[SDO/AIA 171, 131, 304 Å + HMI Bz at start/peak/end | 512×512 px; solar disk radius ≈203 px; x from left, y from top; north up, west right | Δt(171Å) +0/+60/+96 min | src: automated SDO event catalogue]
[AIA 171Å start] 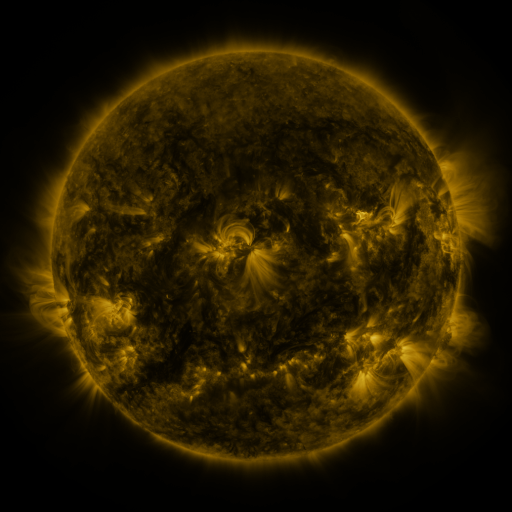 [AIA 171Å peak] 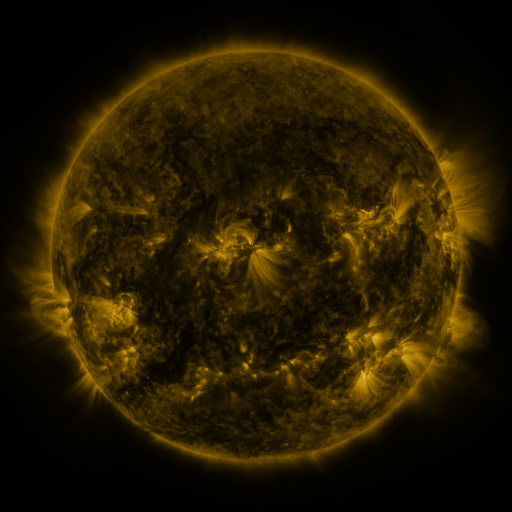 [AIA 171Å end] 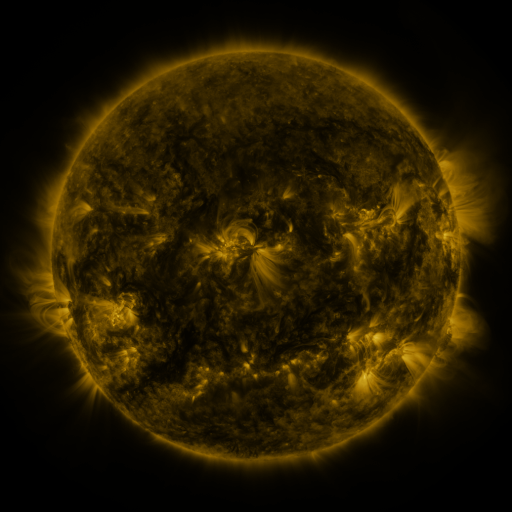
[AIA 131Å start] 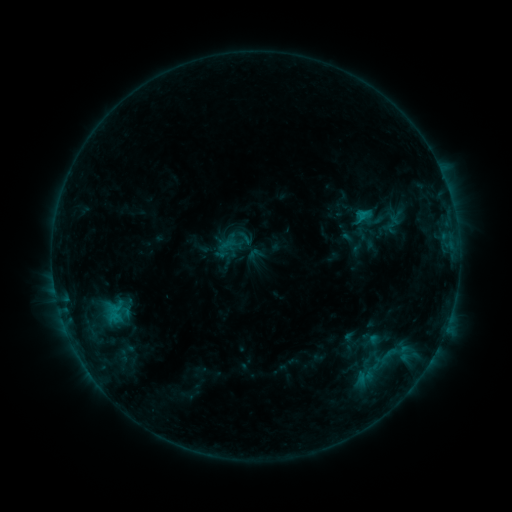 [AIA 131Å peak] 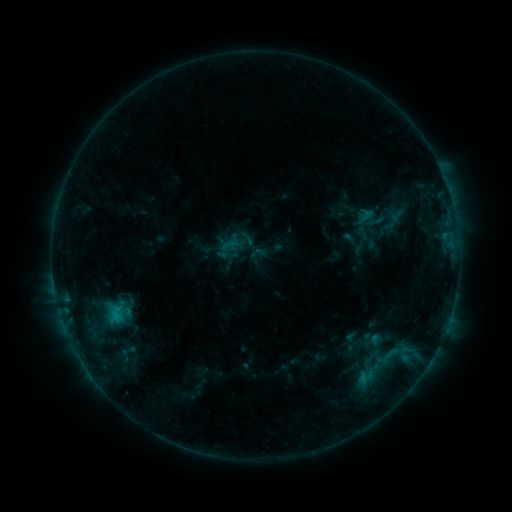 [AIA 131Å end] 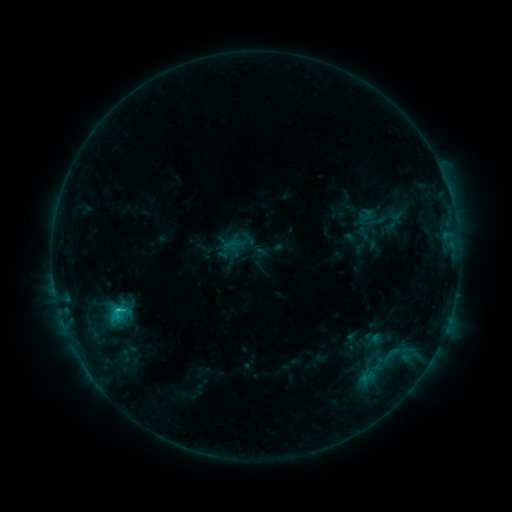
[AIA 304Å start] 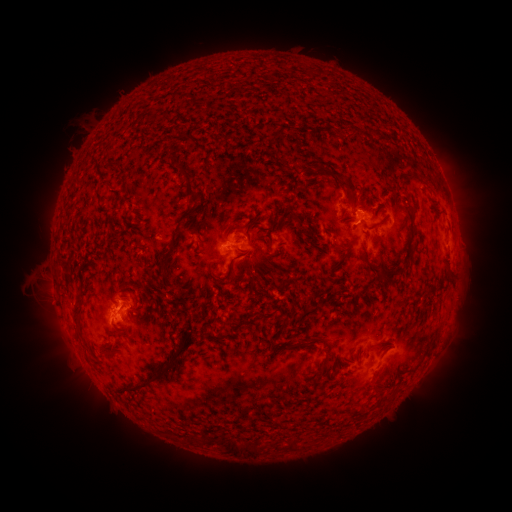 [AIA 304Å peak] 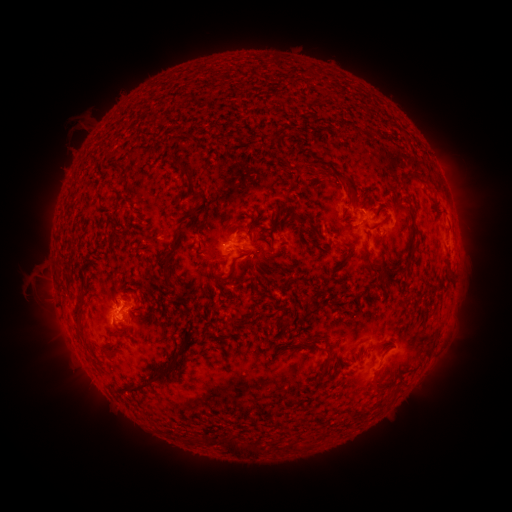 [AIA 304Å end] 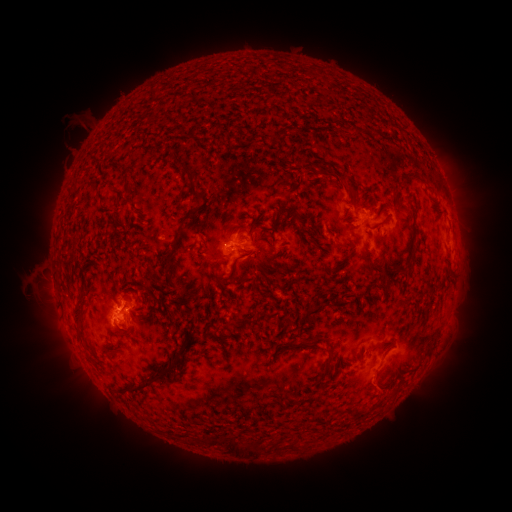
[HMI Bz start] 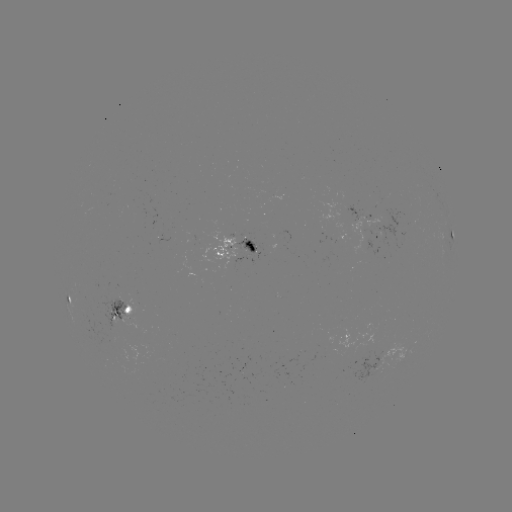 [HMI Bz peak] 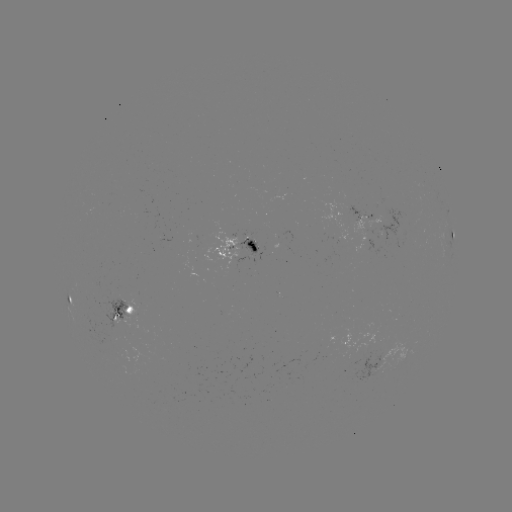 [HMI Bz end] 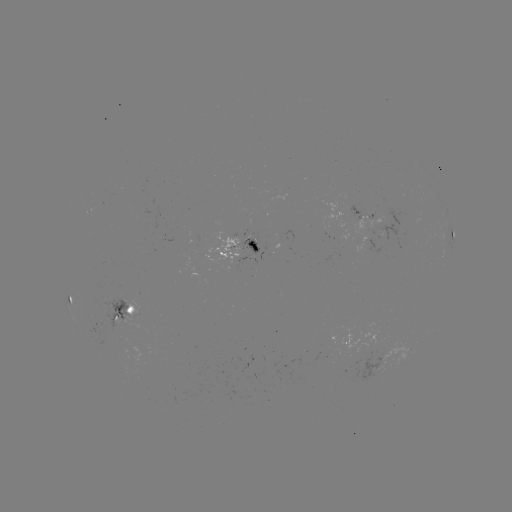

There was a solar emerging-flux region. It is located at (366, 217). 